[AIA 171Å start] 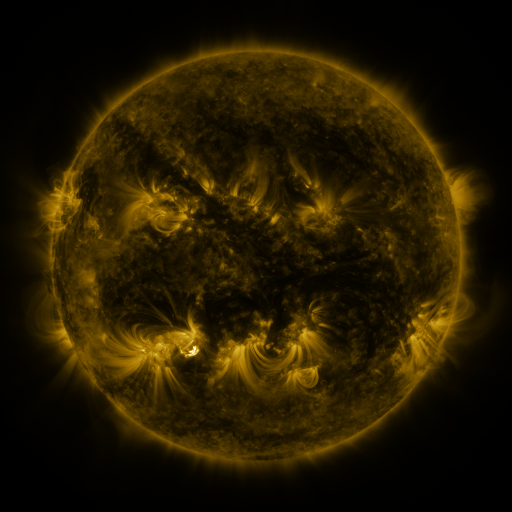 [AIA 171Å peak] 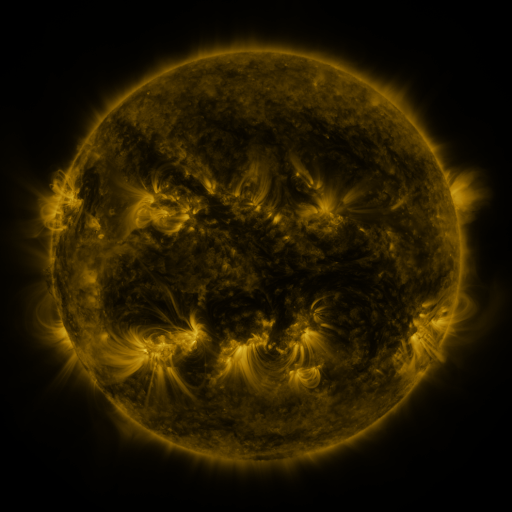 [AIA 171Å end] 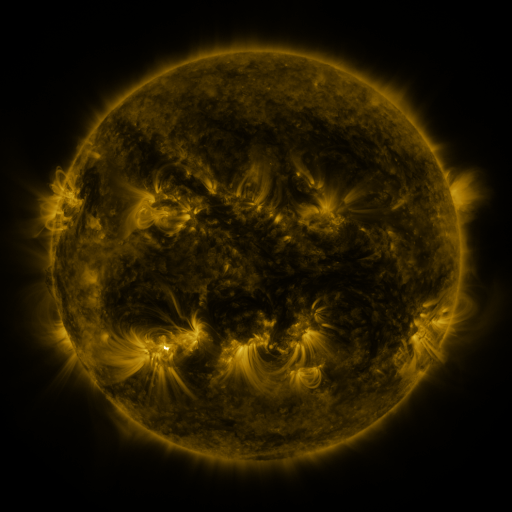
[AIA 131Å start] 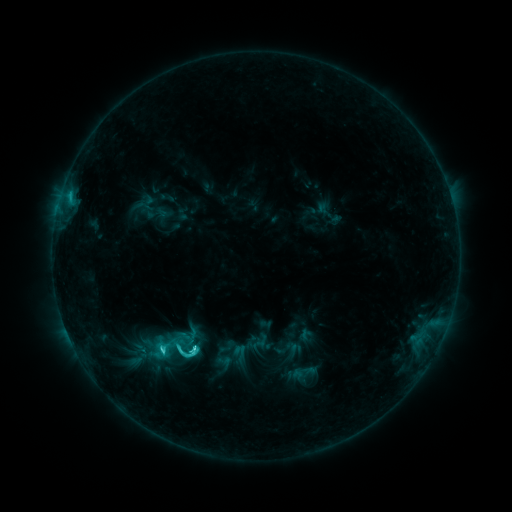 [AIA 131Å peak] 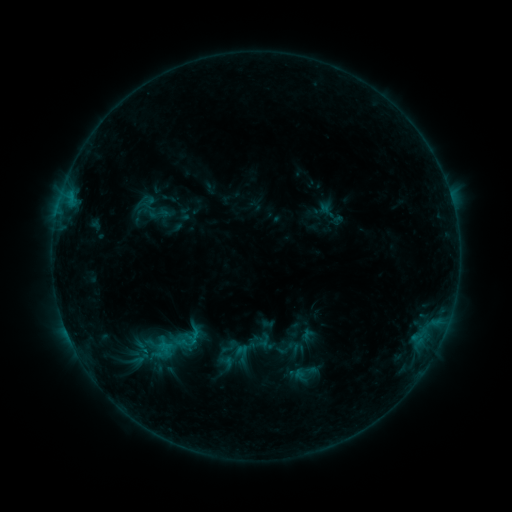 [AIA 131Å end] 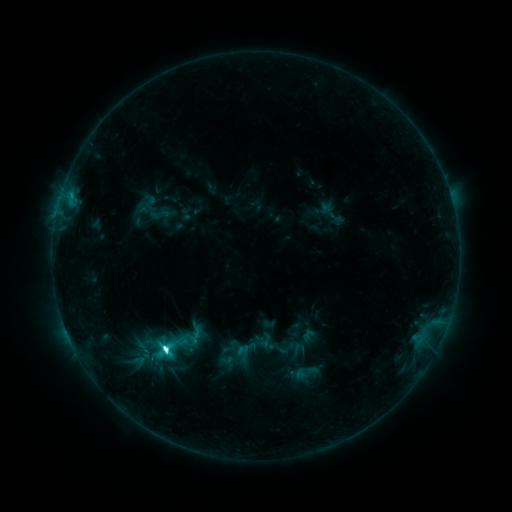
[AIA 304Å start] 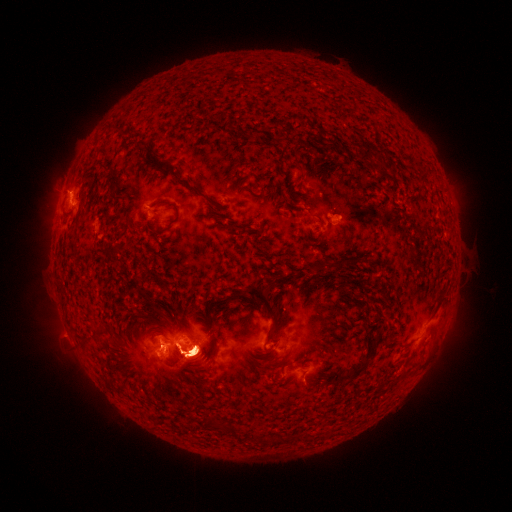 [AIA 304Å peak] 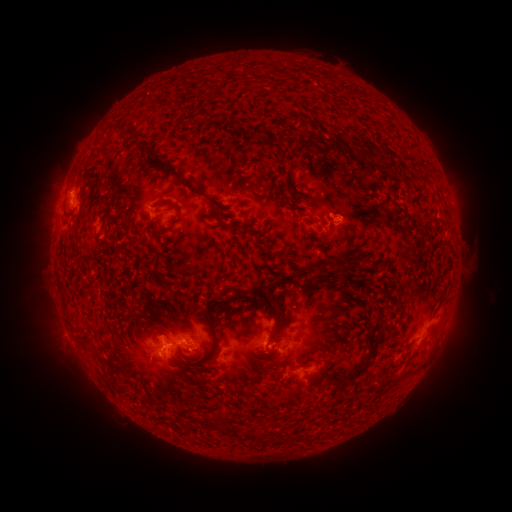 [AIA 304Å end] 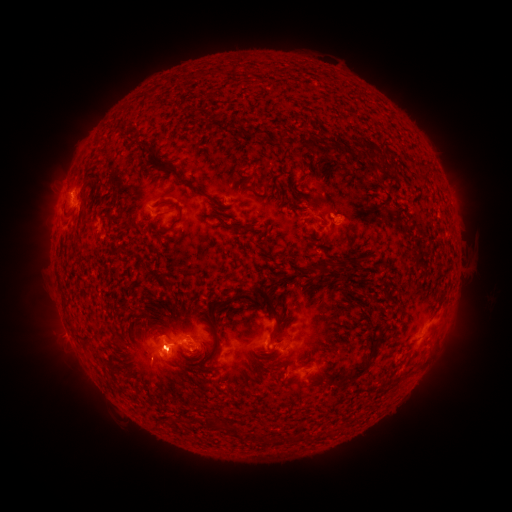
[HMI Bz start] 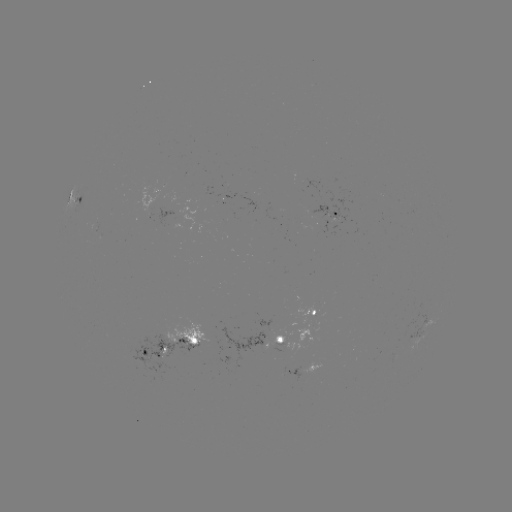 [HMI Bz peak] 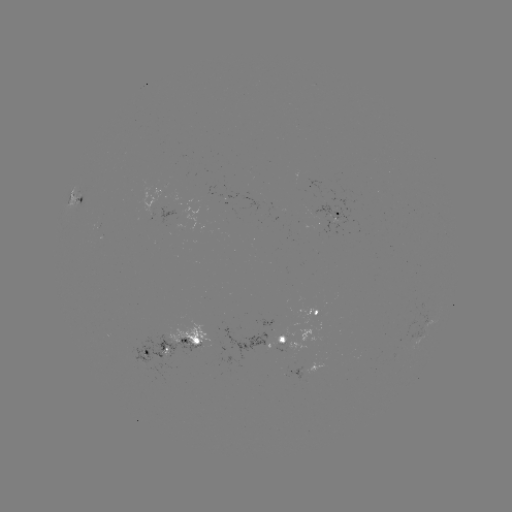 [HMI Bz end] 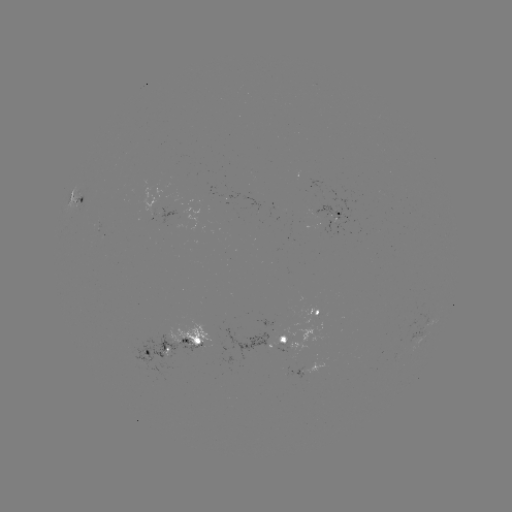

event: emerging-flux region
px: (179, 349)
